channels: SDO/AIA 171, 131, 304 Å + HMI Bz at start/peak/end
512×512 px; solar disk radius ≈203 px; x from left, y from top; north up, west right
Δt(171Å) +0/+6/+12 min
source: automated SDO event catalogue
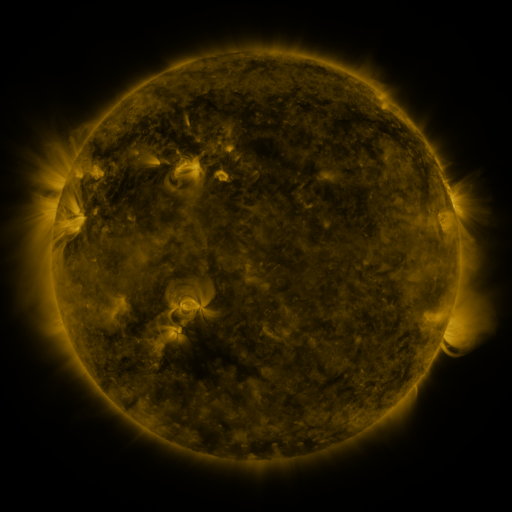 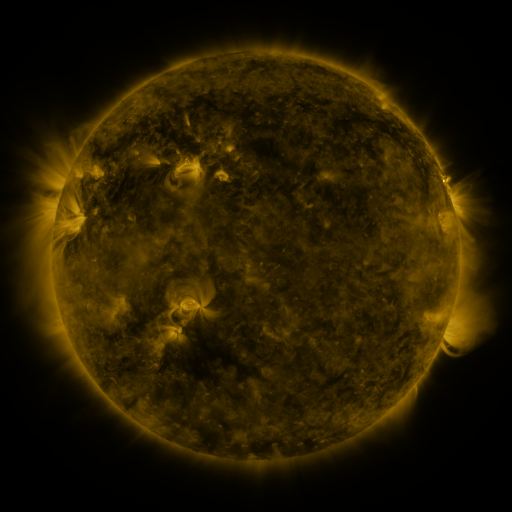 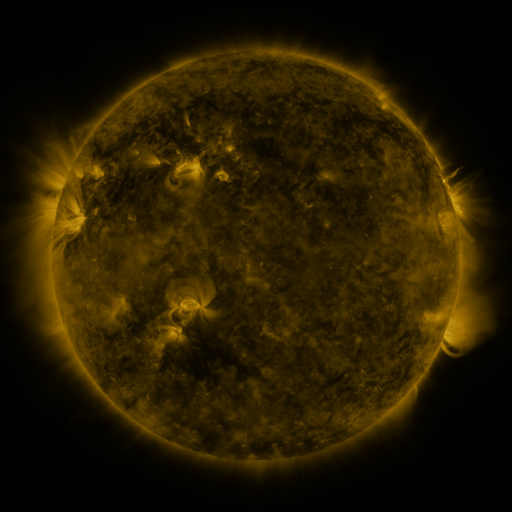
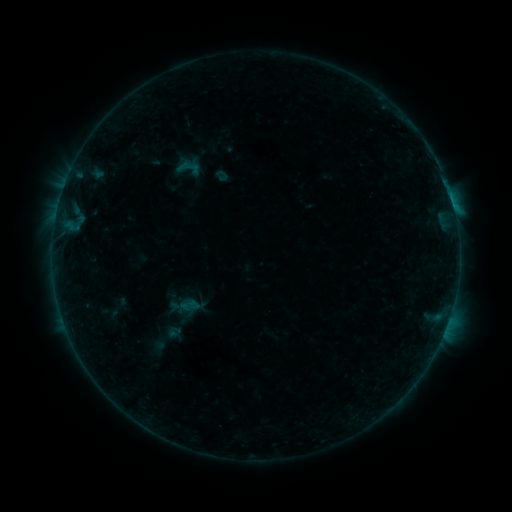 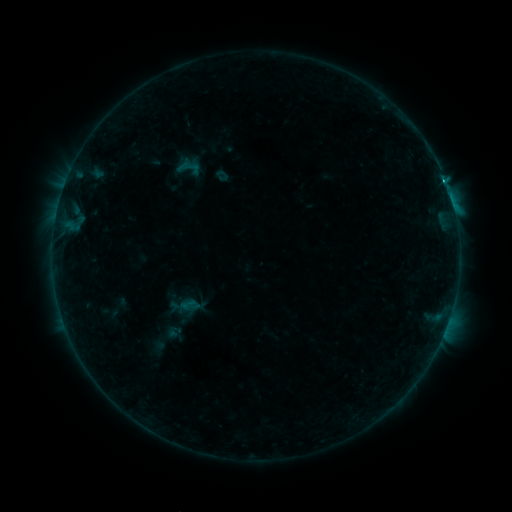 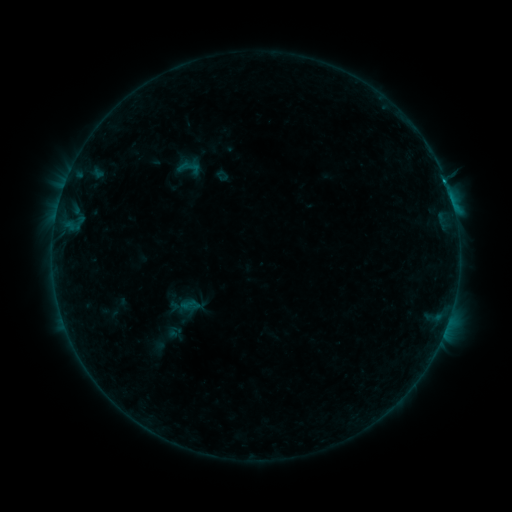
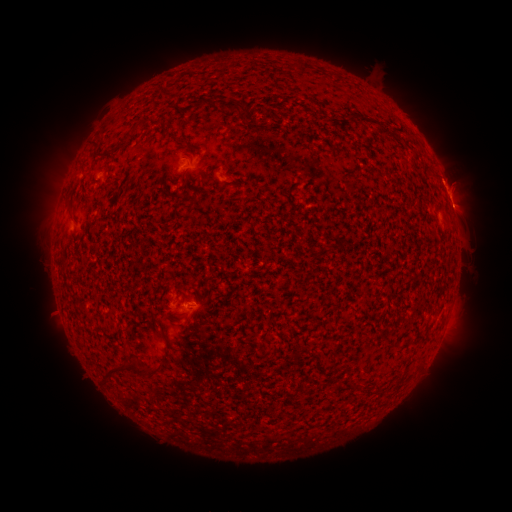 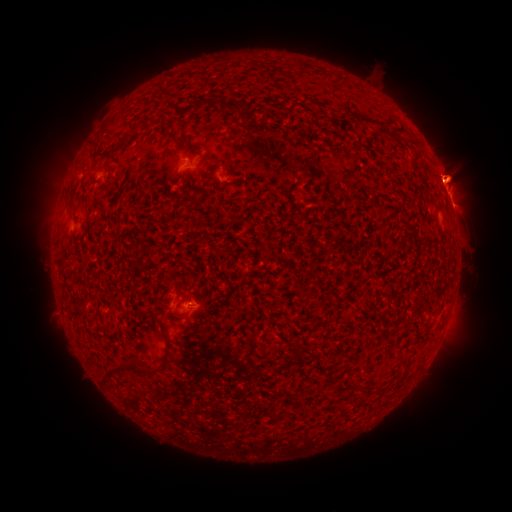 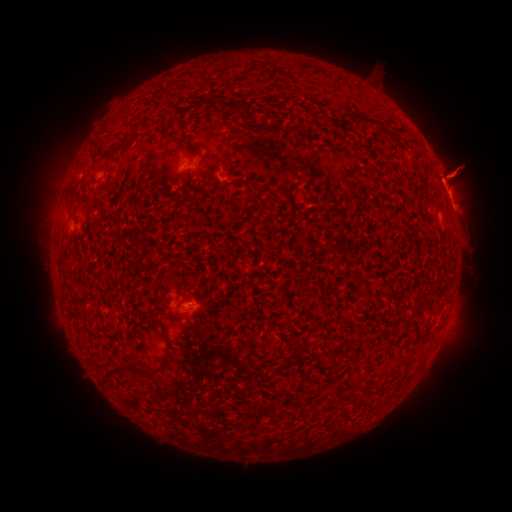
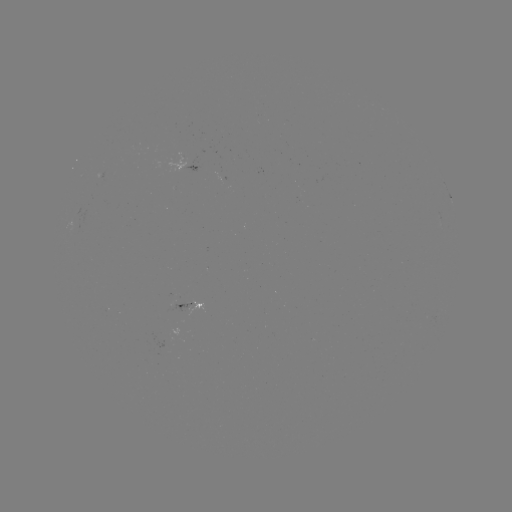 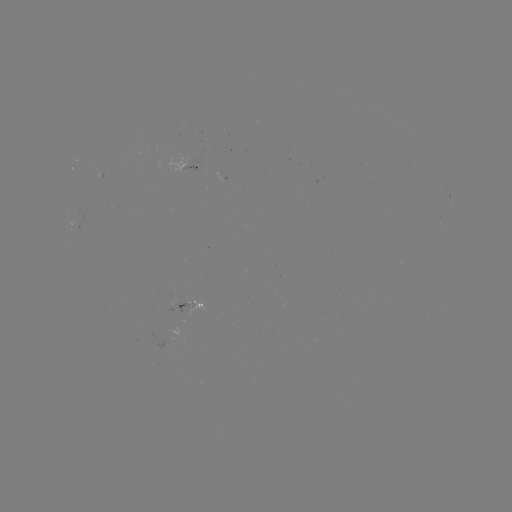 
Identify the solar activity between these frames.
B6.0 flare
